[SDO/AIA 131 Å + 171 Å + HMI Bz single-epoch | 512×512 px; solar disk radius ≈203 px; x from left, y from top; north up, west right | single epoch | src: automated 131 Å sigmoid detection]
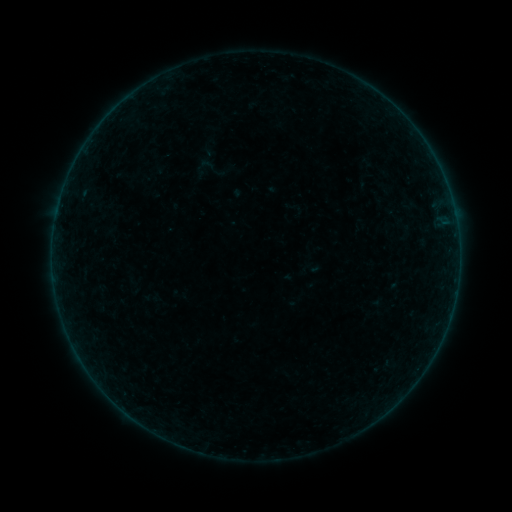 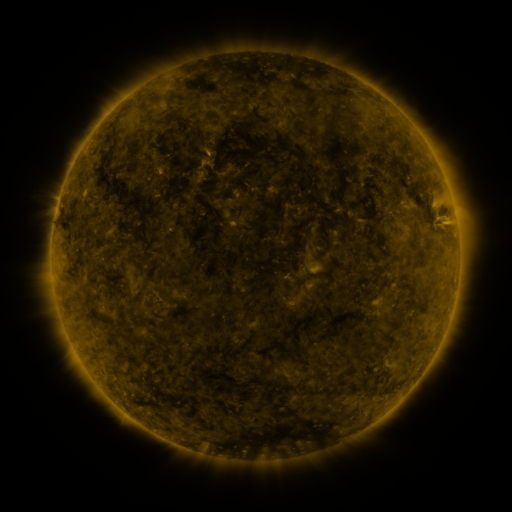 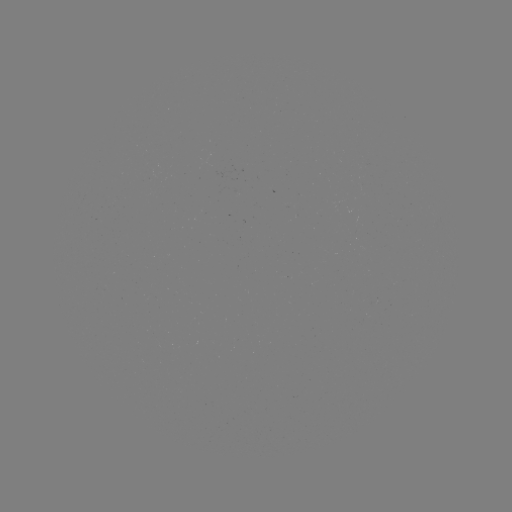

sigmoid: (192, 156, 216, 179)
